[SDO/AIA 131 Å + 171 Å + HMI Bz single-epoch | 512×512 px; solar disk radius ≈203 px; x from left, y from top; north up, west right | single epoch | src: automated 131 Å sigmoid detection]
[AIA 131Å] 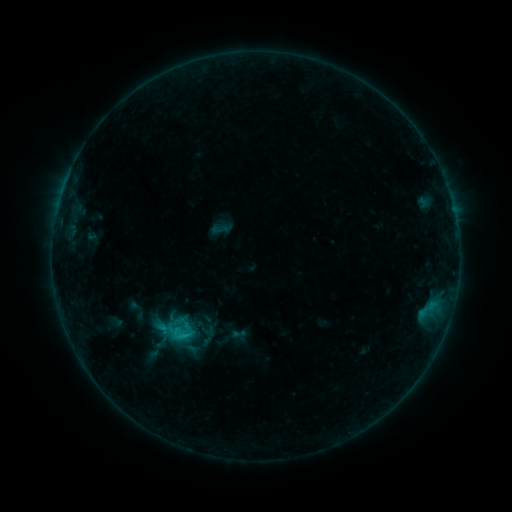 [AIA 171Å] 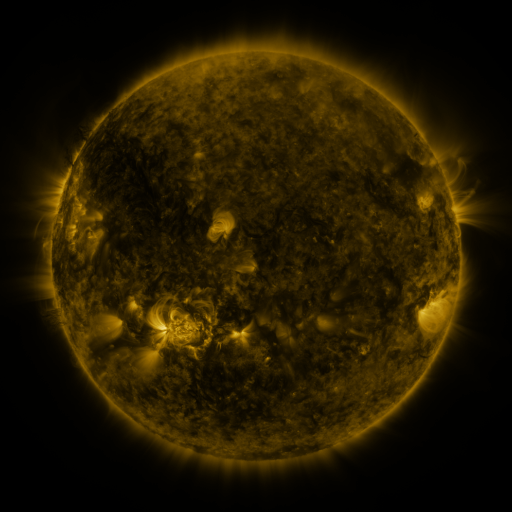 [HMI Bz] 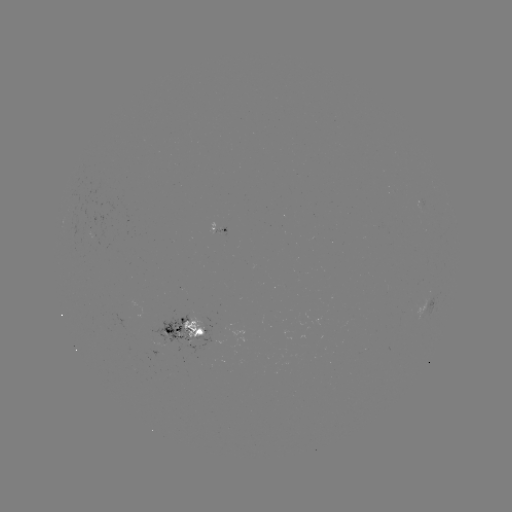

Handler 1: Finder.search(sigmoid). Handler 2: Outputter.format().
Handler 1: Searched sigmoid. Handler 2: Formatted (221, 229).